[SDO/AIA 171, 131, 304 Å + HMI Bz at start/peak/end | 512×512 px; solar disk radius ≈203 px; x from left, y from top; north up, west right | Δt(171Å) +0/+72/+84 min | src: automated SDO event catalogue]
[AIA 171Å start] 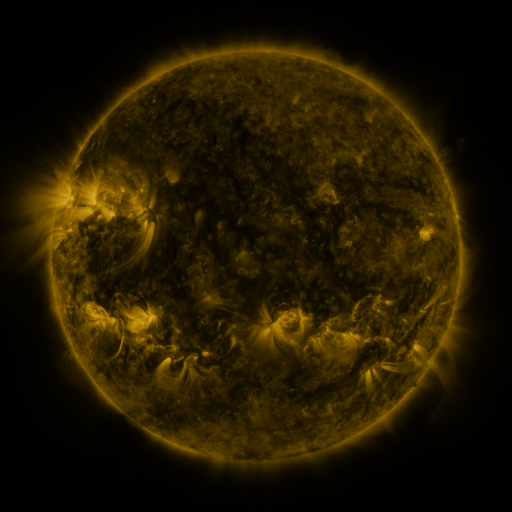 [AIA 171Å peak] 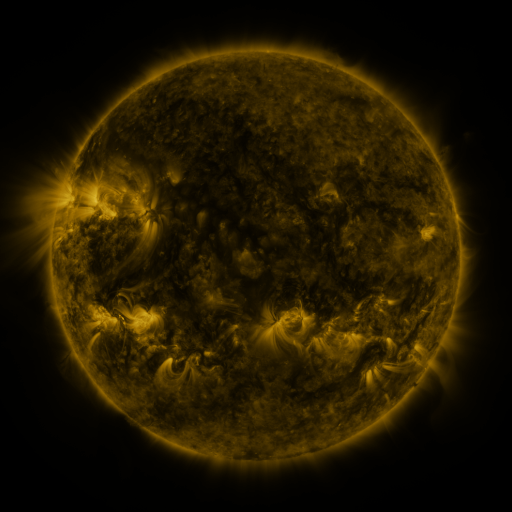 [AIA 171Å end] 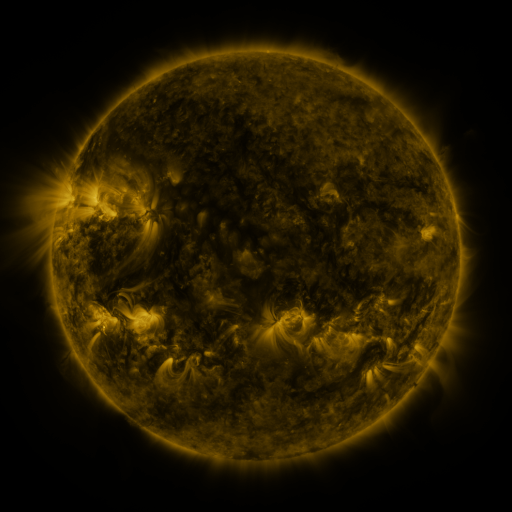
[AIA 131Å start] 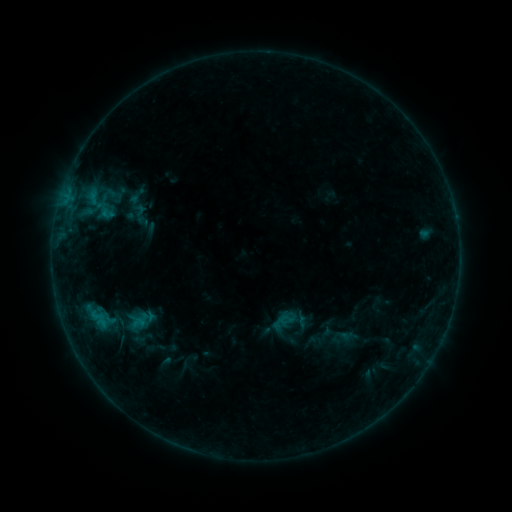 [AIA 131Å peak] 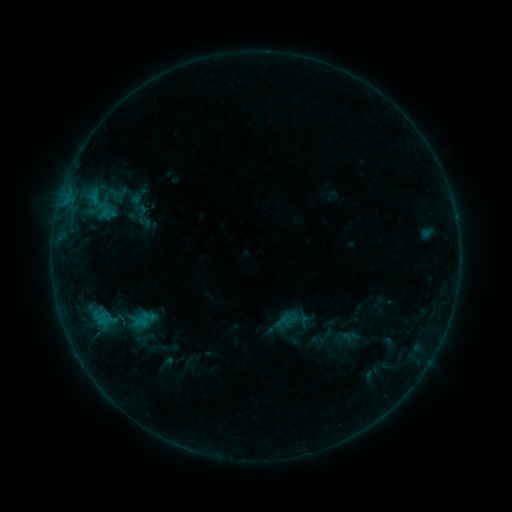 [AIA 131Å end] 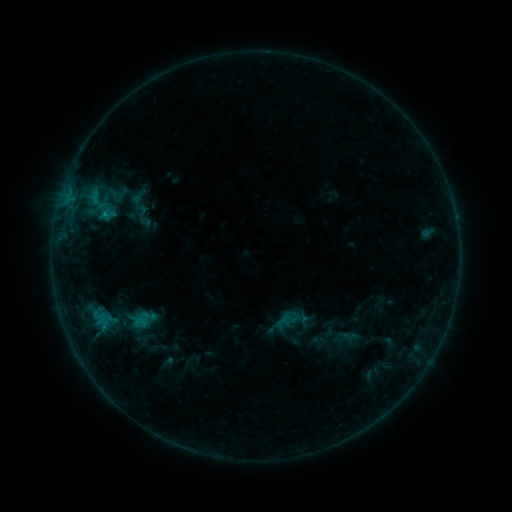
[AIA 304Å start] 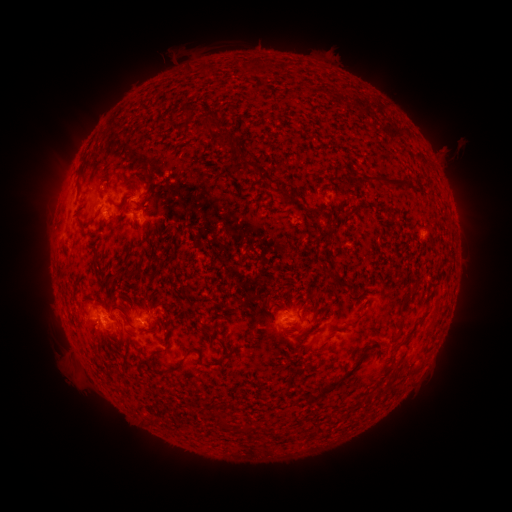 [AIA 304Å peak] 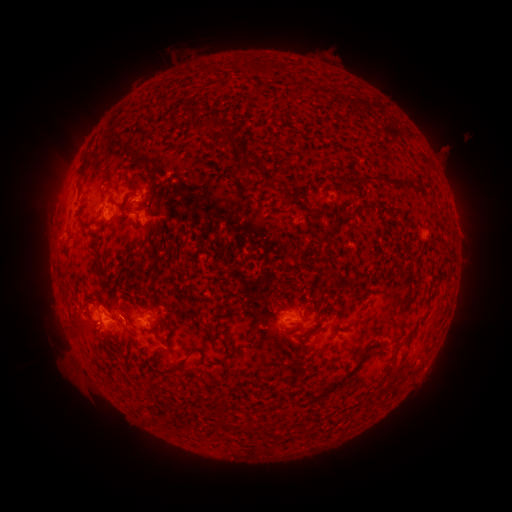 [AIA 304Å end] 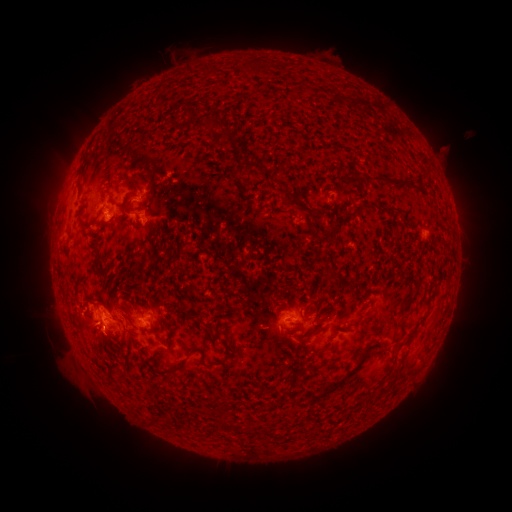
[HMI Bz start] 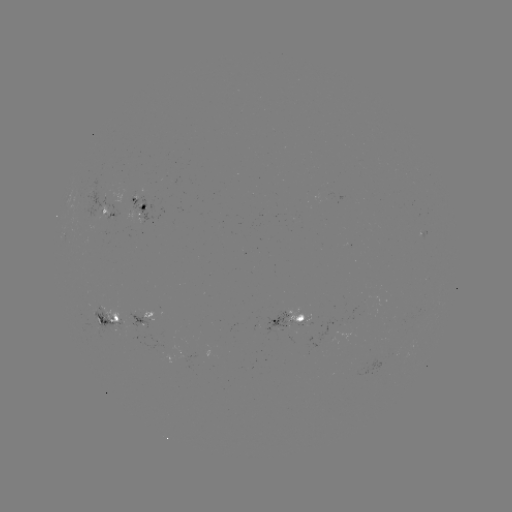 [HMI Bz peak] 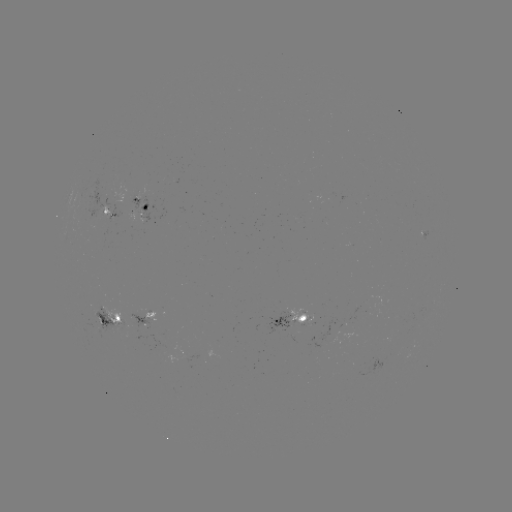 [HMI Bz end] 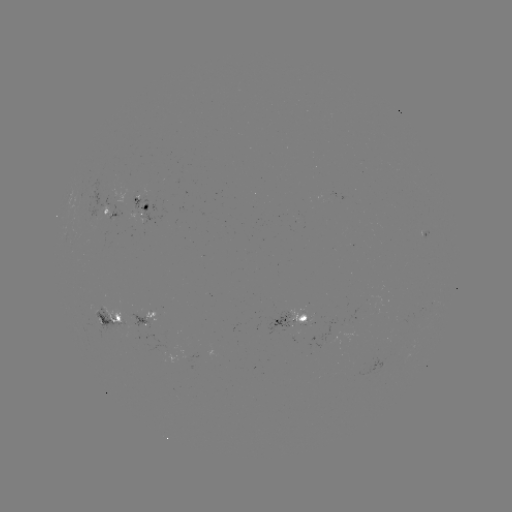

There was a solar emerging-flux region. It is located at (104, 211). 